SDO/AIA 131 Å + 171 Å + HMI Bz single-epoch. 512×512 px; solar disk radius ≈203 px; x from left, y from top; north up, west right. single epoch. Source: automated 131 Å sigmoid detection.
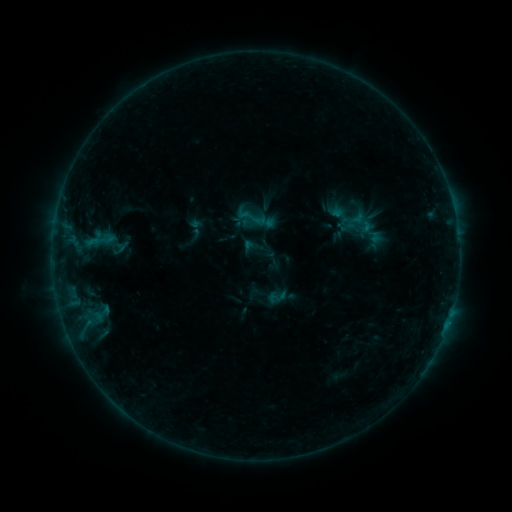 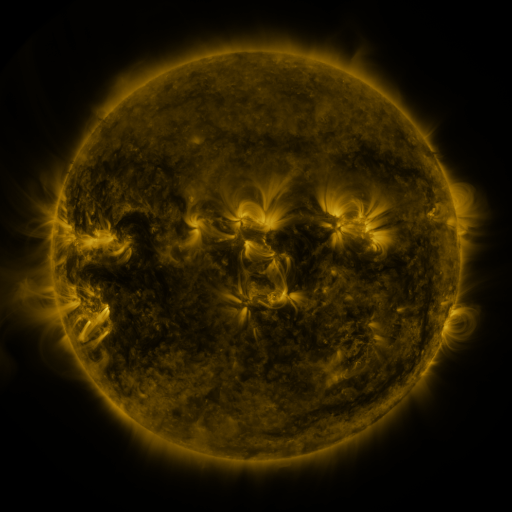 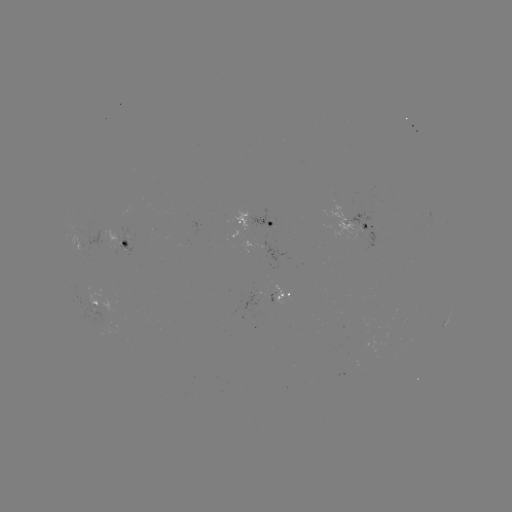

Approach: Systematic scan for sigmoid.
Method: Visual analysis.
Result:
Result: sigmoid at (365, 227).